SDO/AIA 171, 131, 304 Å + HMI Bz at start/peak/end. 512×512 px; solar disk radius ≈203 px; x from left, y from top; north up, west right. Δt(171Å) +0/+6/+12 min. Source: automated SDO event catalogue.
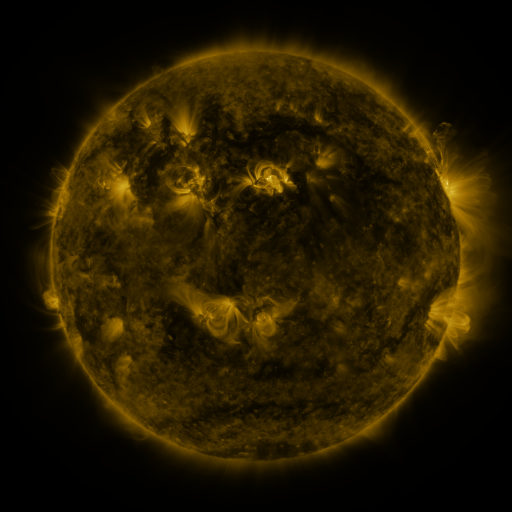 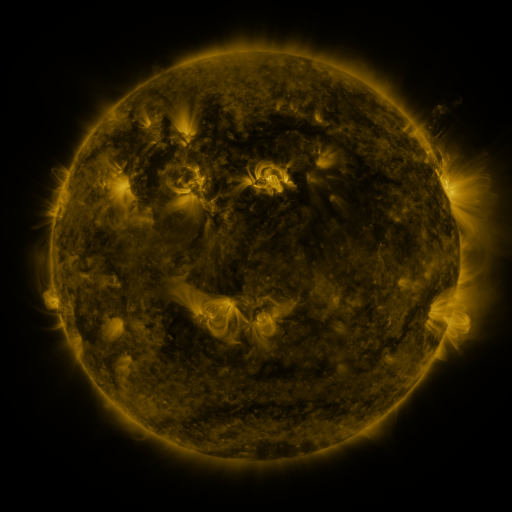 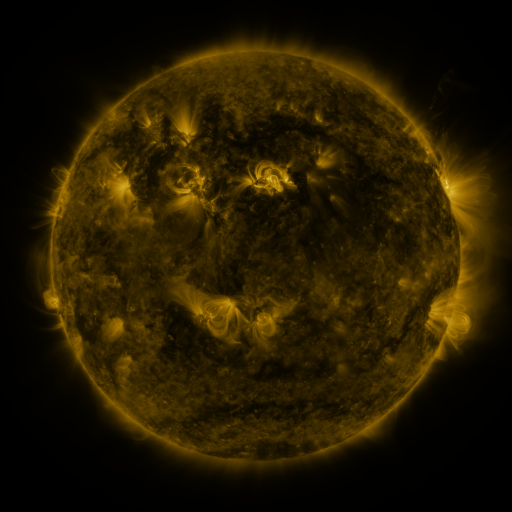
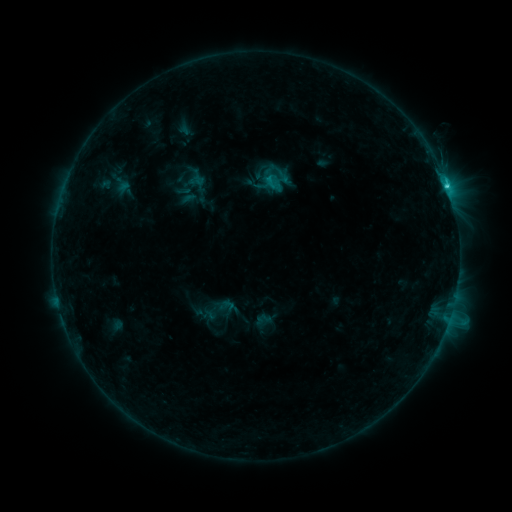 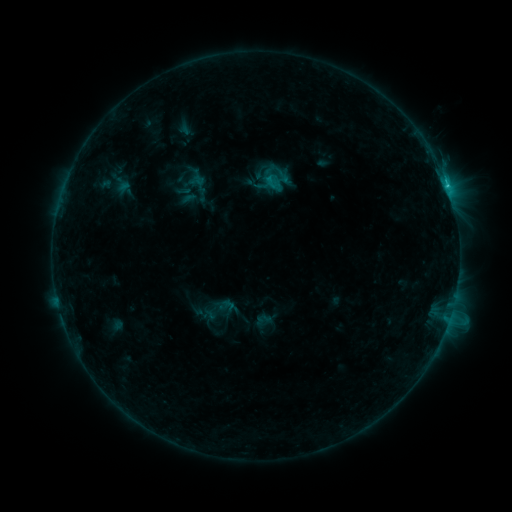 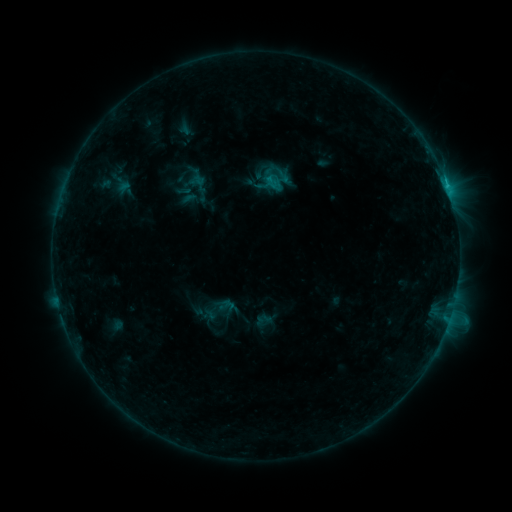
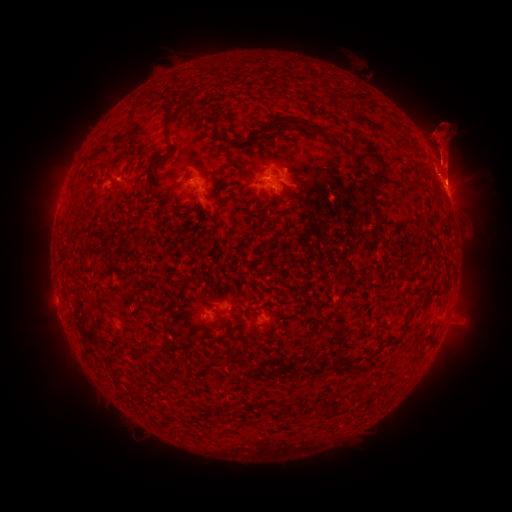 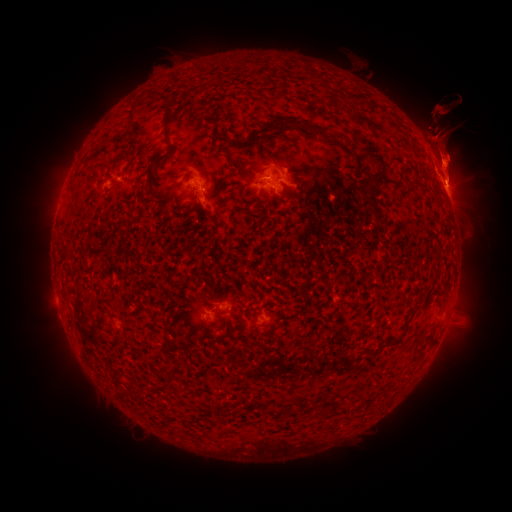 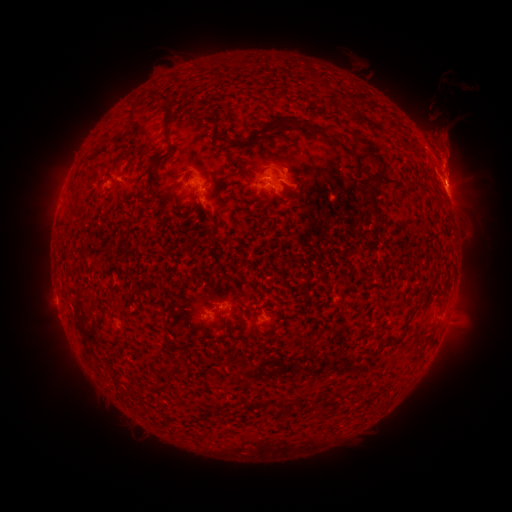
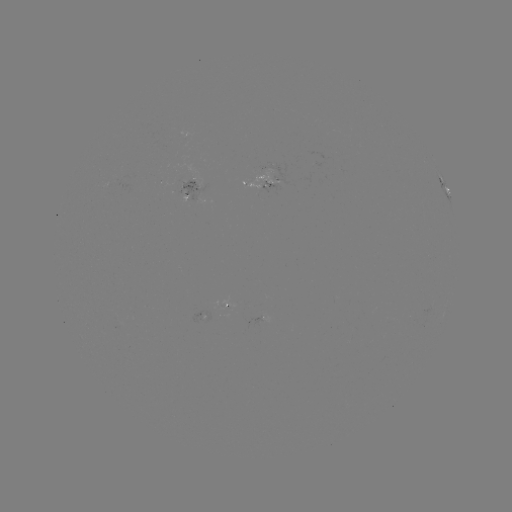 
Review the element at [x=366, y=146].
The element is eruption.